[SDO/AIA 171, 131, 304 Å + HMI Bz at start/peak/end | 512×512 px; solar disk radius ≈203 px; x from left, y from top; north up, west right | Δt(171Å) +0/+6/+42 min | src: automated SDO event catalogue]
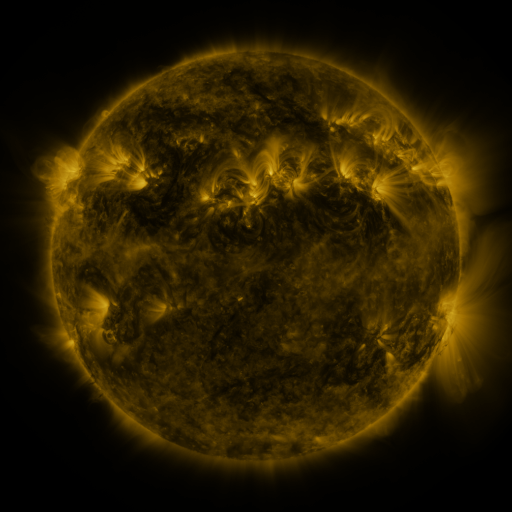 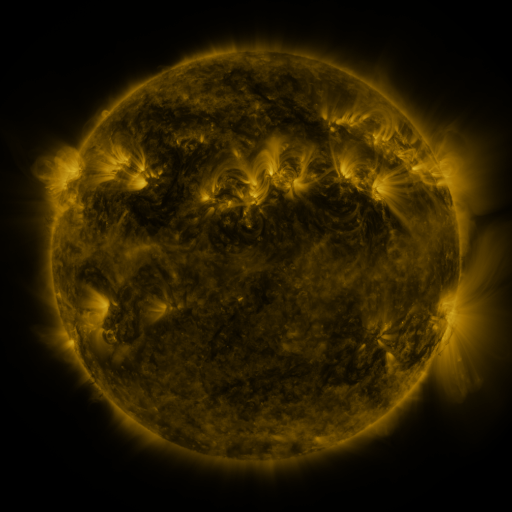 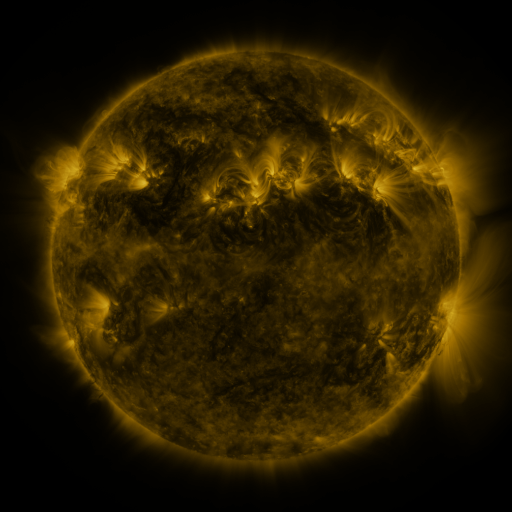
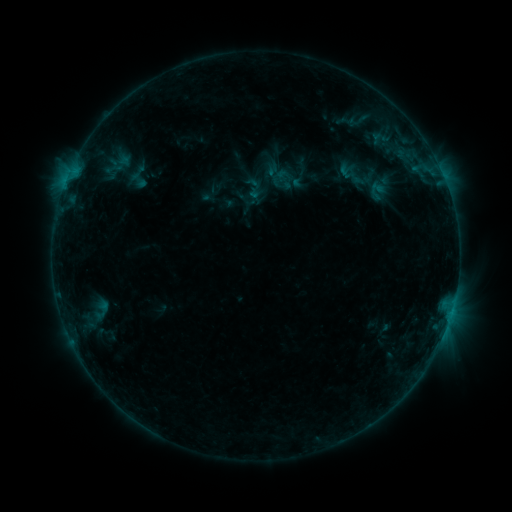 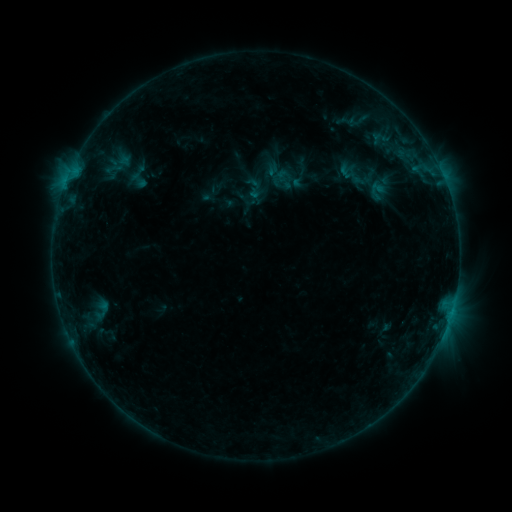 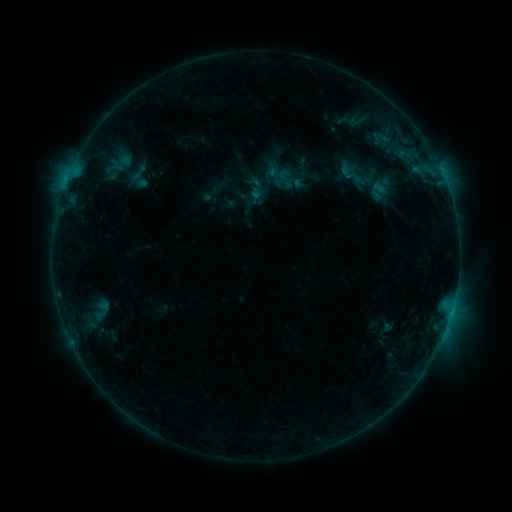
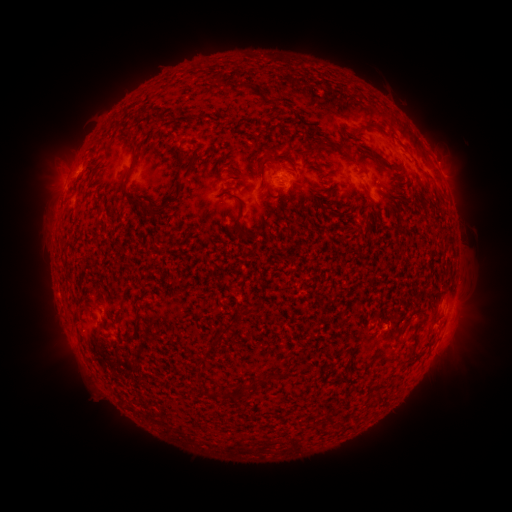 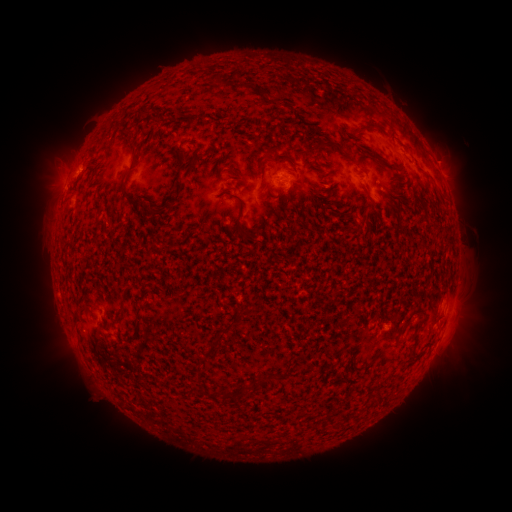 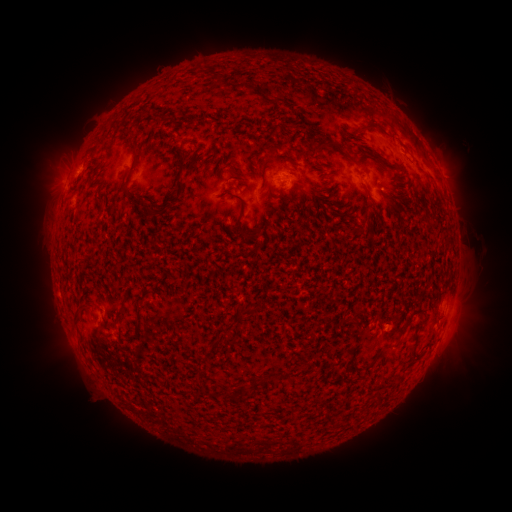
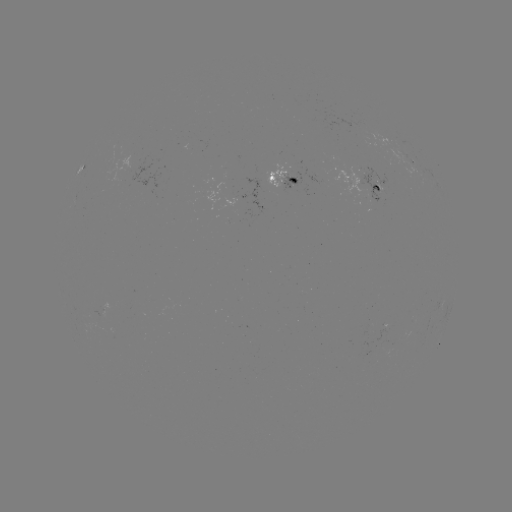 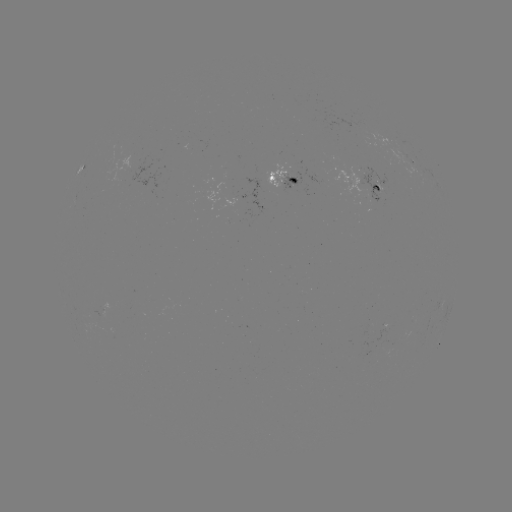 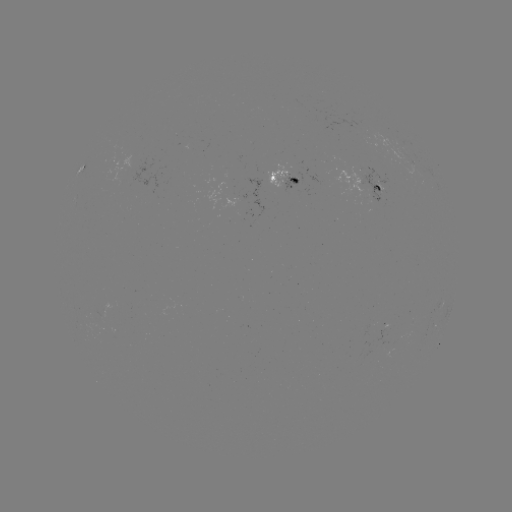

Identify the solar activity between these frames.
emerging-flux region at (280, 176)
